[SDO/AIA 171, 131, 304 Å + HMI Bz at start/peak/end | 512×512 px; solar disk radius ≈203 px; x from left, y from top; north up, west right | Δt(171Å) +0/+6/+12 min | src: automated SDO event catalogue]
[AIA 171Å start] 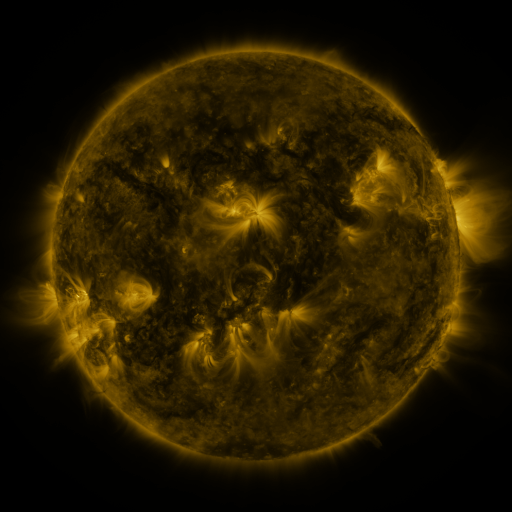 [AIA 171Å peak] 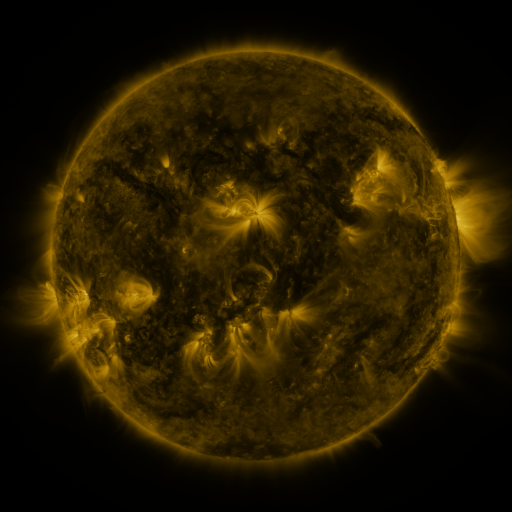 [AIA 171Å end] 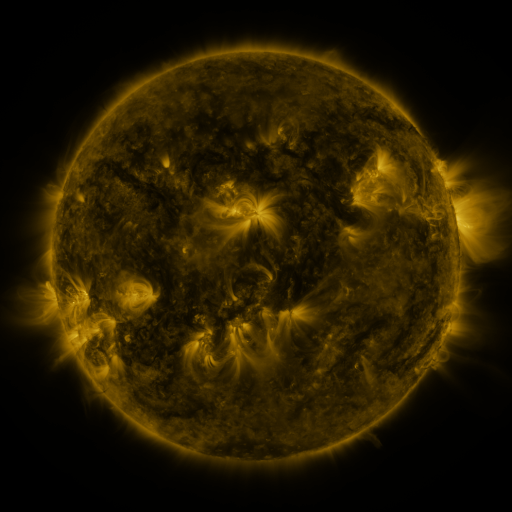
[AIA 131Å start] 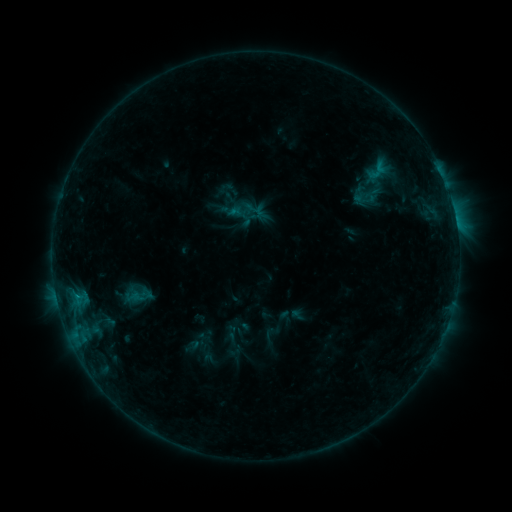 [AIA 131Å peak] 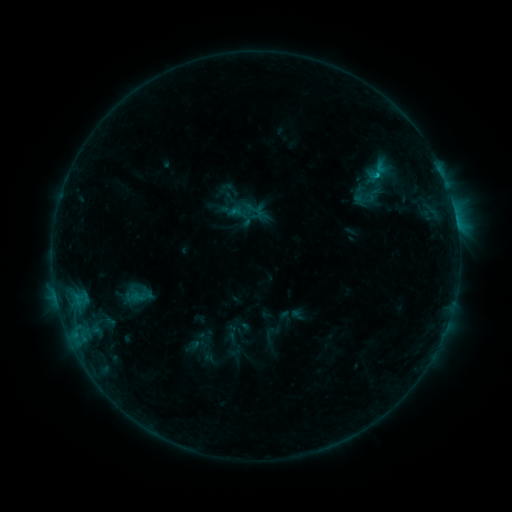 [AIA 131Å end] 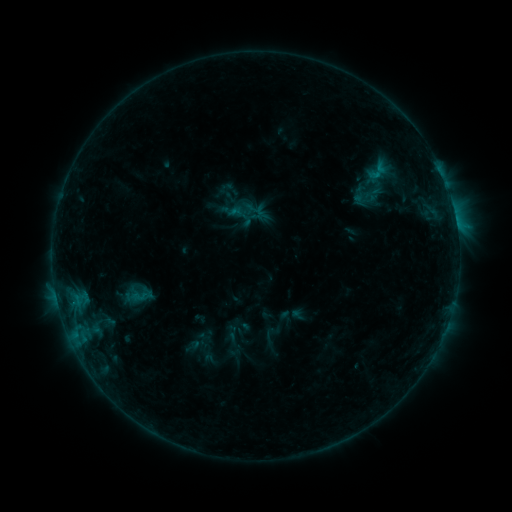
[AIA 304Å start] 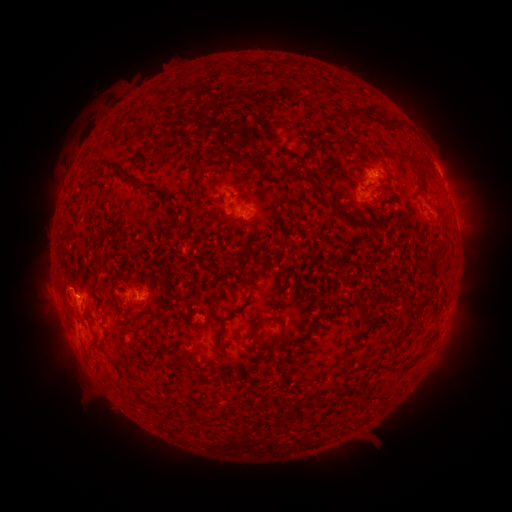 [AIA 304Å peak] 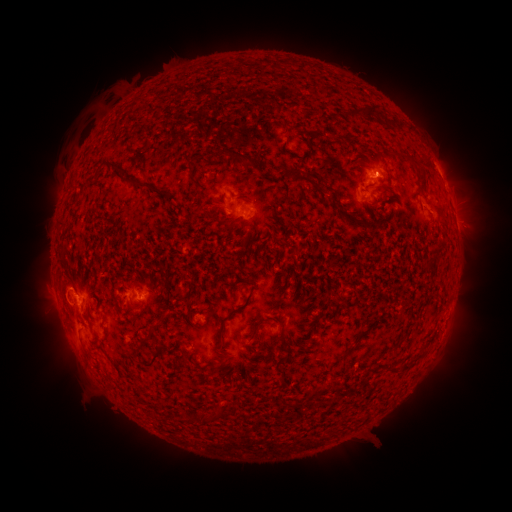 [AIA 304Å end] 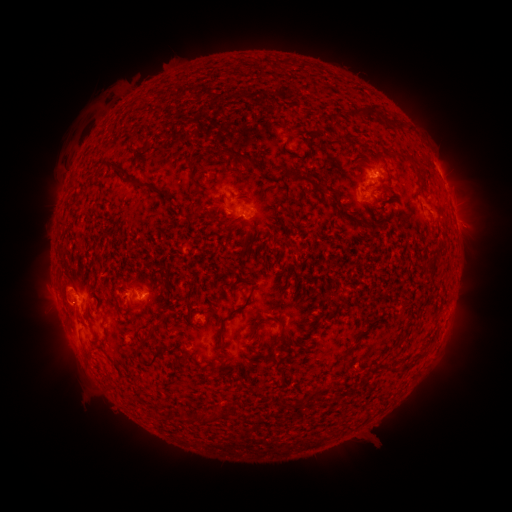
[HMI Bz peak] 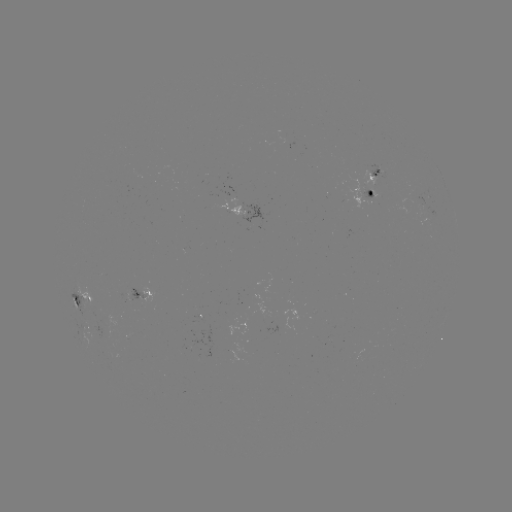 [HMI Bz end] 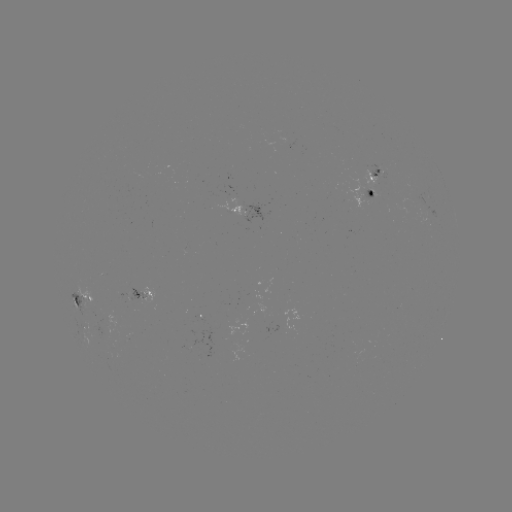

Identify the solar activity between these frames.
B5.7 flare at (377, 176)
